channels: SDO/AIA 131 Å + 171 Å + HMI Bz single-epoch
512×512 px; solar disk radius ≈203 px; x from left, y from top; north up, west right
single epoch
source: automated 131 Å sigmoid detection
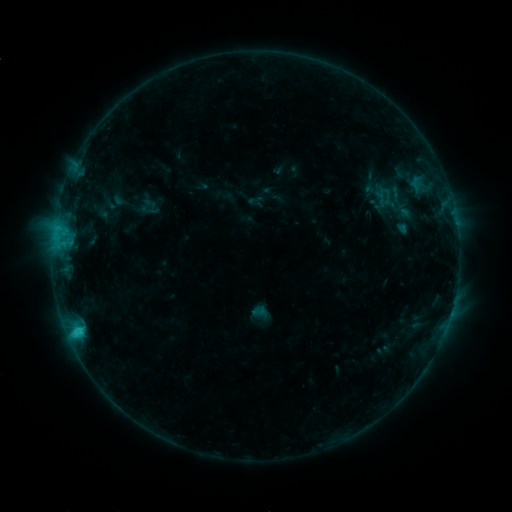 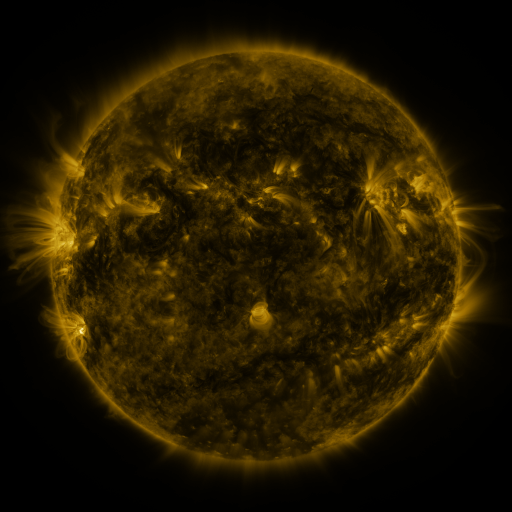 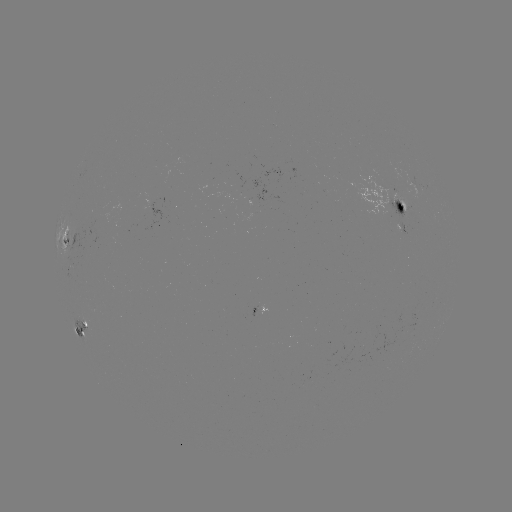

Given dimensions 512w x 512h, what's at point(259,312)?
sigmoid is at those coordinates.